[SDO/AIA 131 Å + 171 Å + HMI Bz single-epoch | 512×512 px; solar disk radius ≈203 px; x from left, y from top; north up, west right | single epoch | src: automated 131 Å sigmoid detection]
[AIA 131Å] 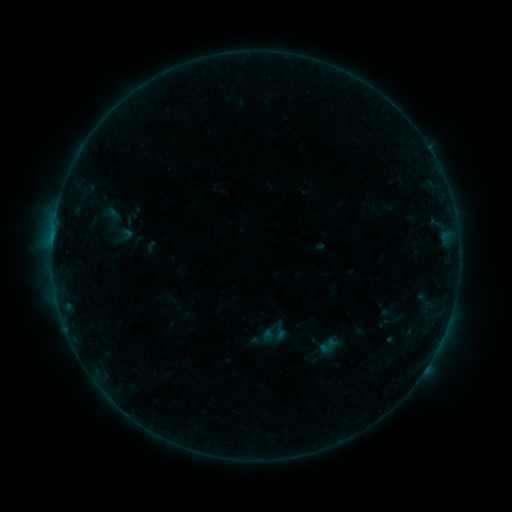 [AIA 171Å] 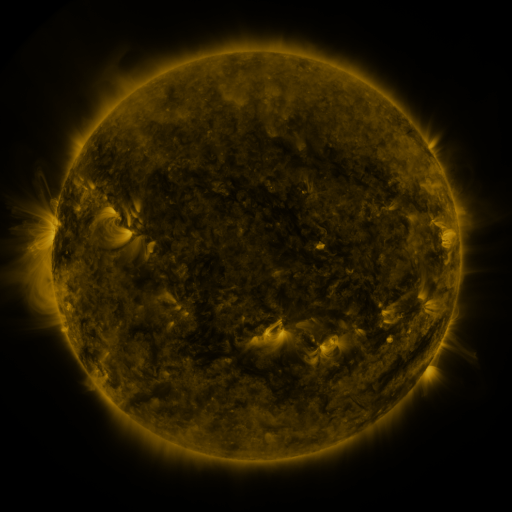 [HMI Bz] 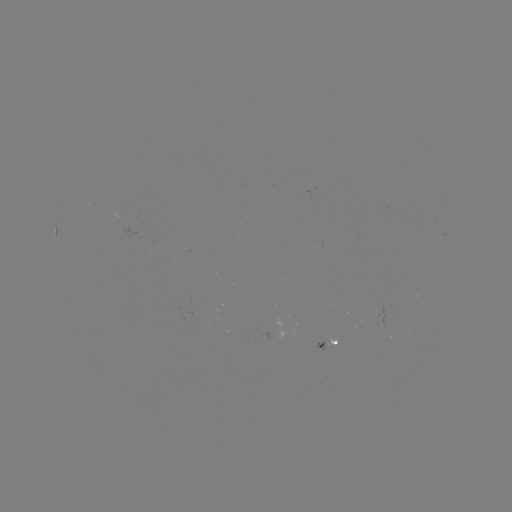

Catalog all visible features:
sigmoid: (93, 198, 140, 251)
sigmoid: (317, 335, 339, 356)
